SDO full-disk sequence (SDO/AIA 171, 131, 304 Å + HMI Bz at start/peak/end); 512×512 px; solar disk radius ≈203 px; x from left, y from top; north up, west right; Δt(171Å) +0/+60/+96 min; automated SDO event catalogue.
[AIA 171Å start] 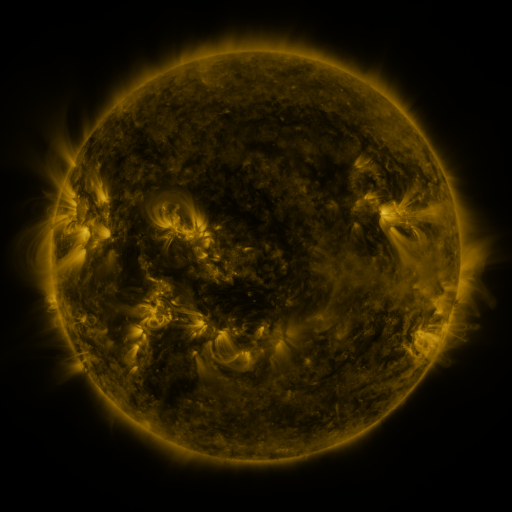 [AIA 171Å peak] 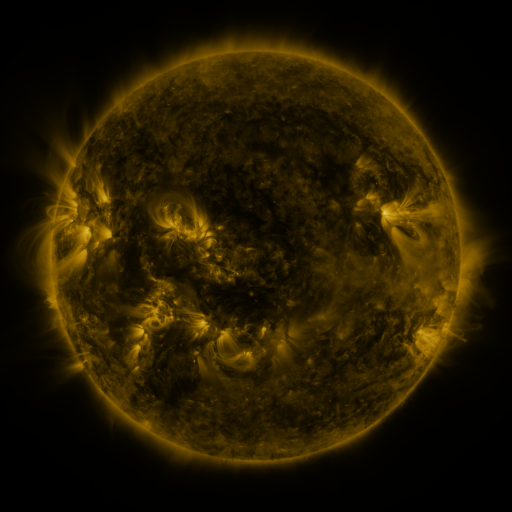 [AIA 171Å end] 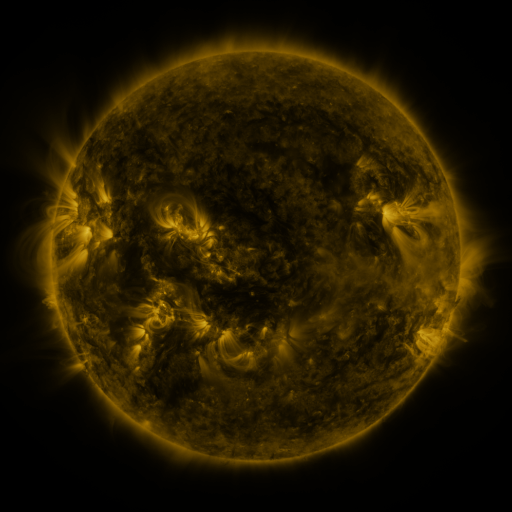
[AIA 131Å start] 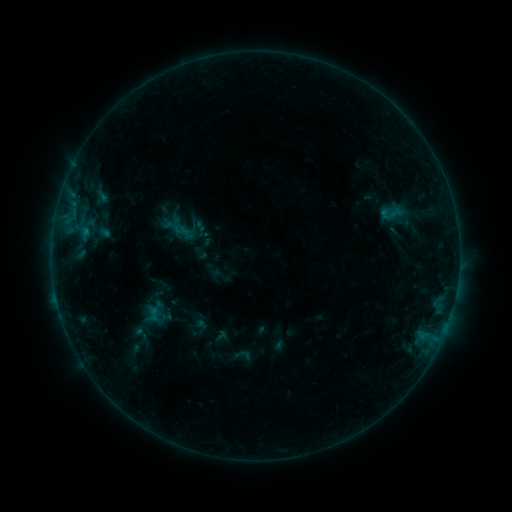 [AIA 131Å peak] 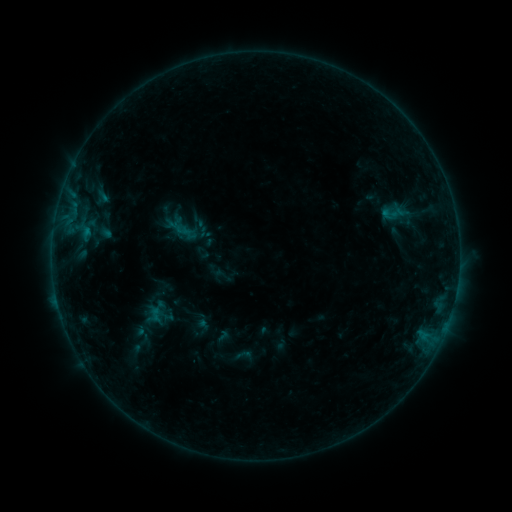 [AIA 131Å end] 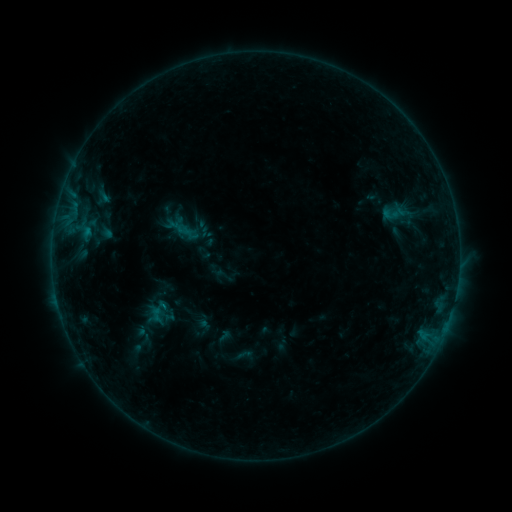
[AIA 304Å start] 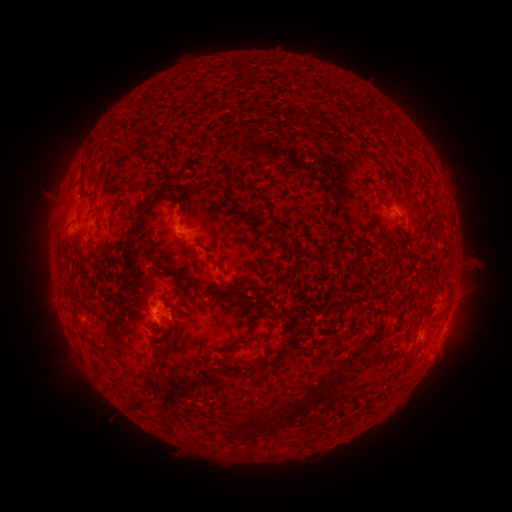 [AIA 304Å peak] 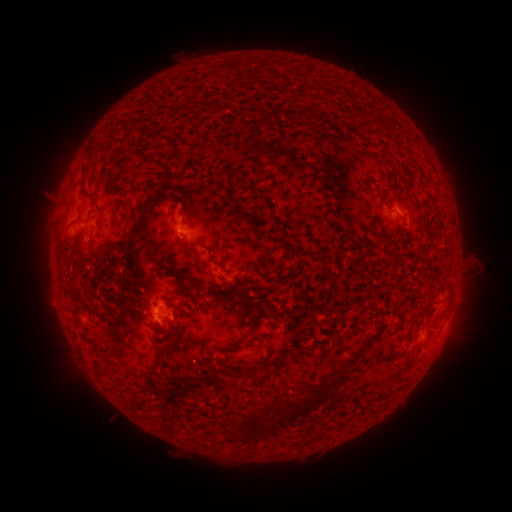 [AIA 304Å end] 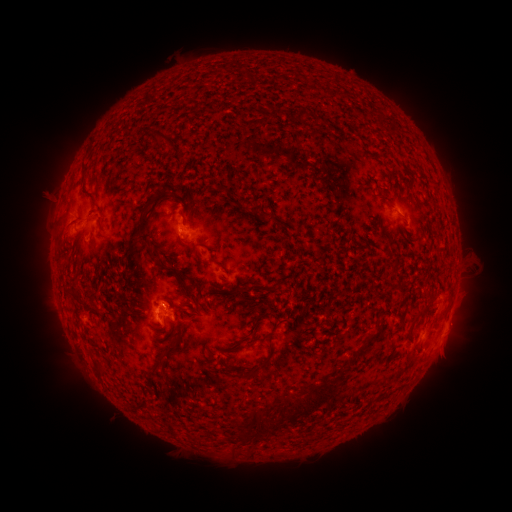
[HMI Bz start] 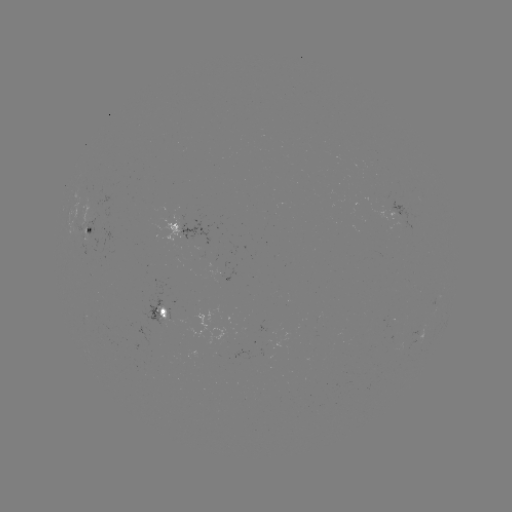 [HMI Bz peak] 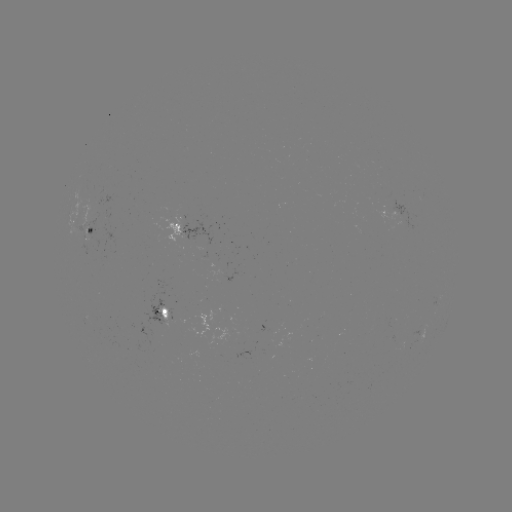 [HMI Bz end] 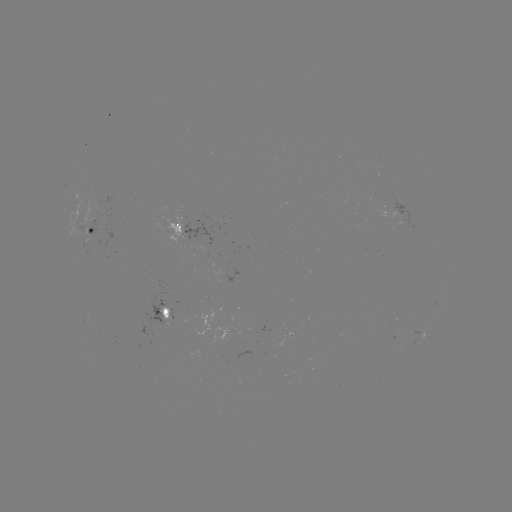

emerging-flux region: <bbox>84, 188, 101, 224</bbox>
